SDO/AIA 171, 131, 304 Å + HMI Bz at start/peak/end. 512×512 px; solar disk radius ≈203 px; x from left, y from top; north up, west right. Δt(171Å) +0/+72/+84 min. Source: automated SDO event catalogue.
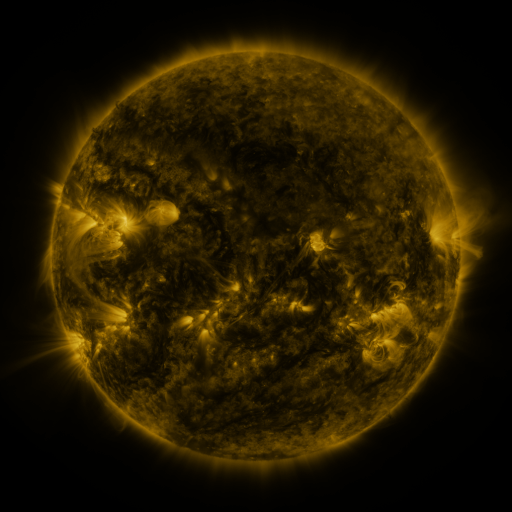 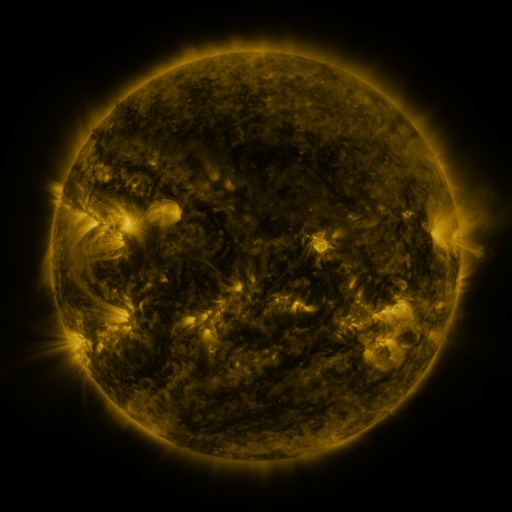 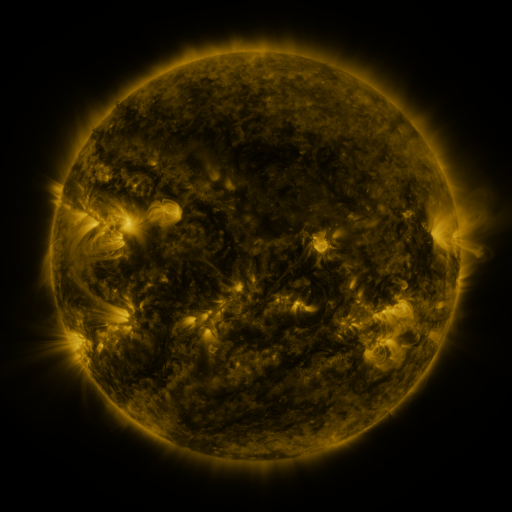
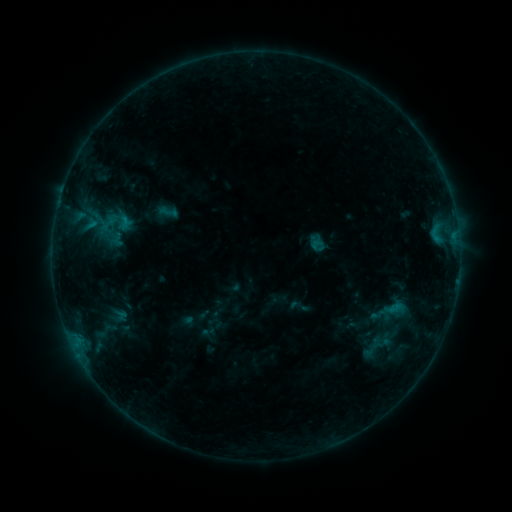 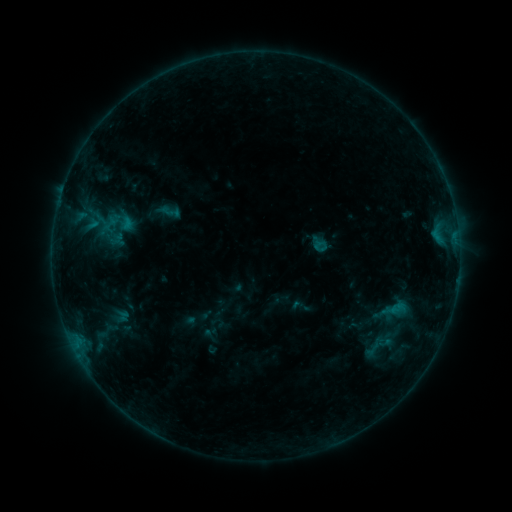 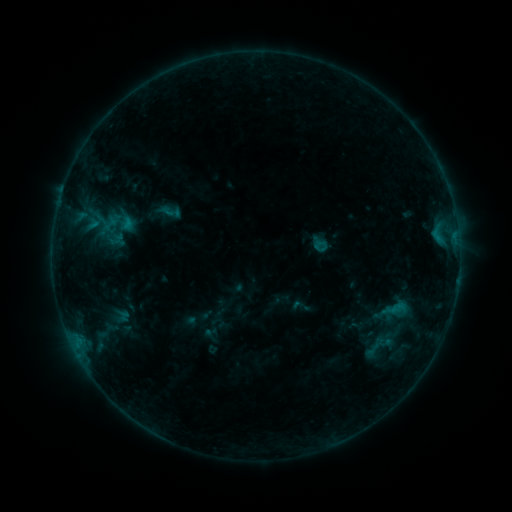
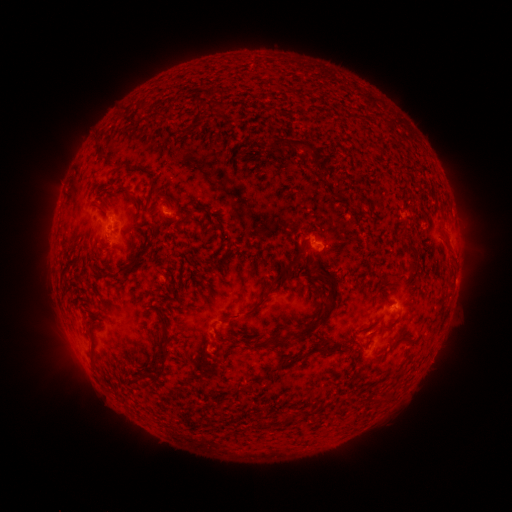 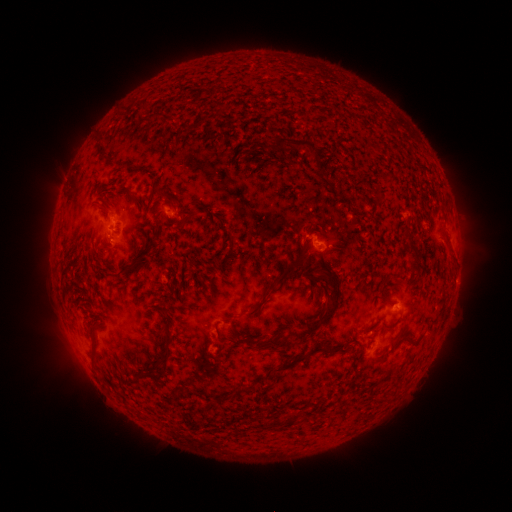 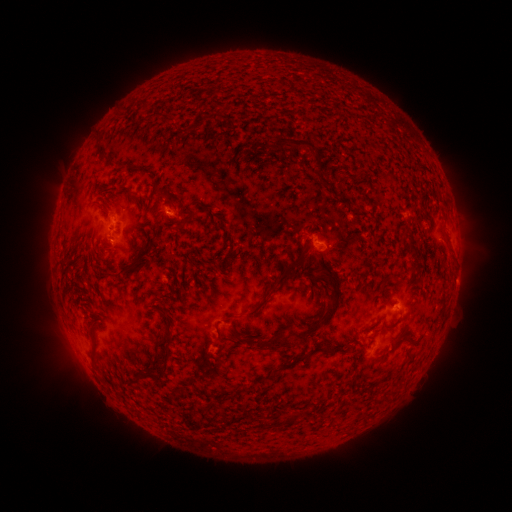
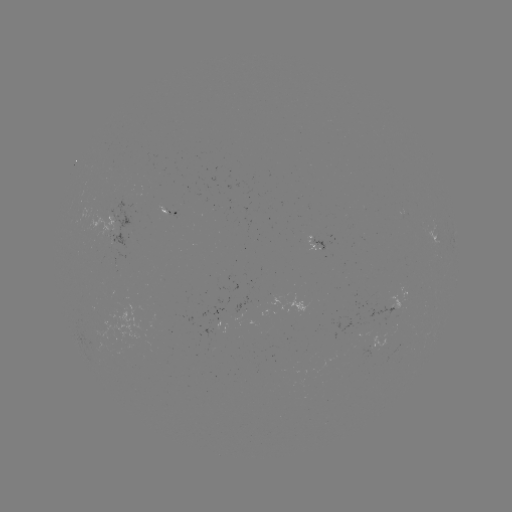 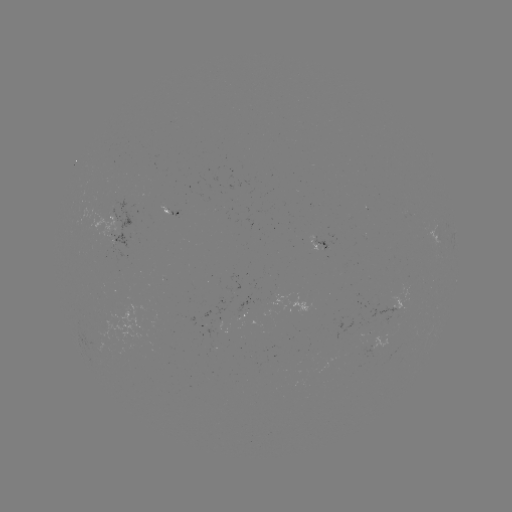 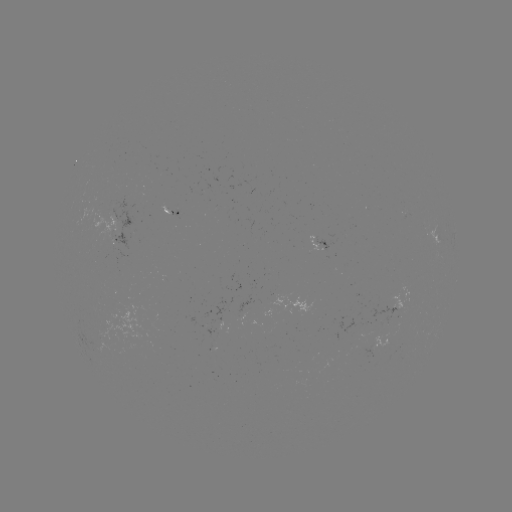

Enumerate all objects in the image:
emerging-flux region: (166, 210)
